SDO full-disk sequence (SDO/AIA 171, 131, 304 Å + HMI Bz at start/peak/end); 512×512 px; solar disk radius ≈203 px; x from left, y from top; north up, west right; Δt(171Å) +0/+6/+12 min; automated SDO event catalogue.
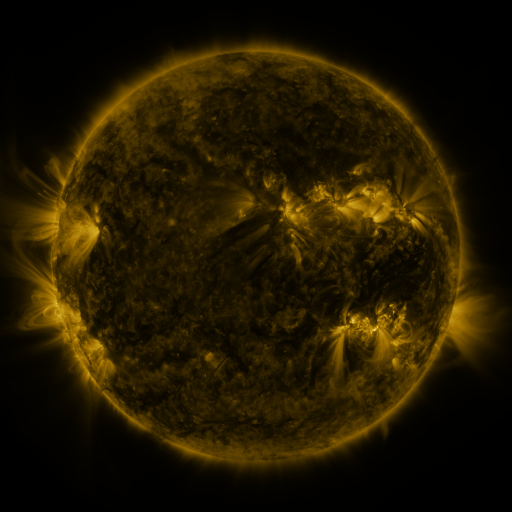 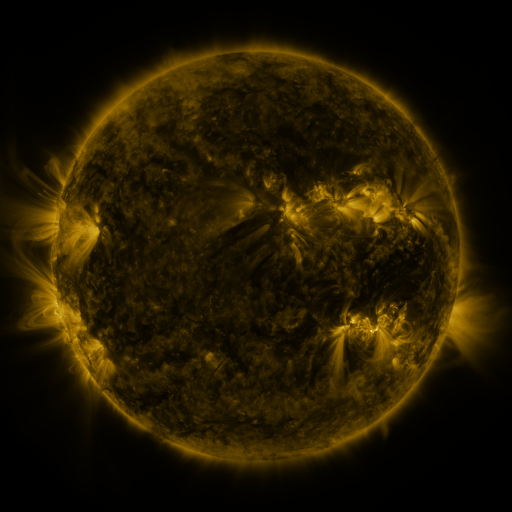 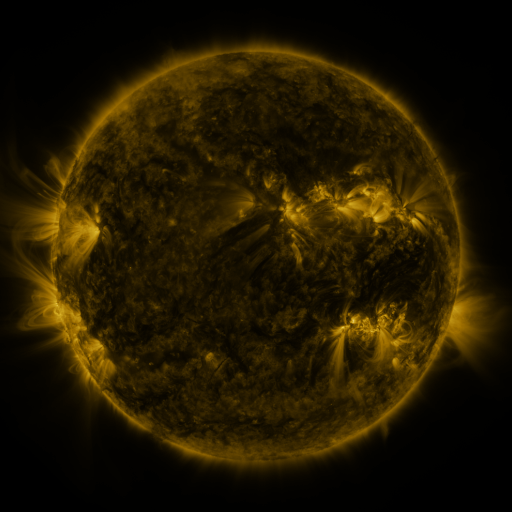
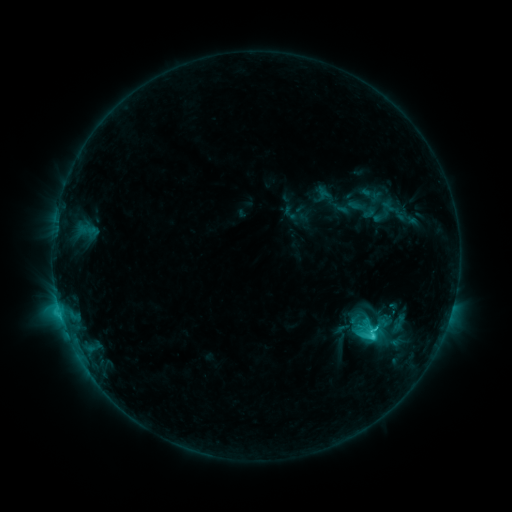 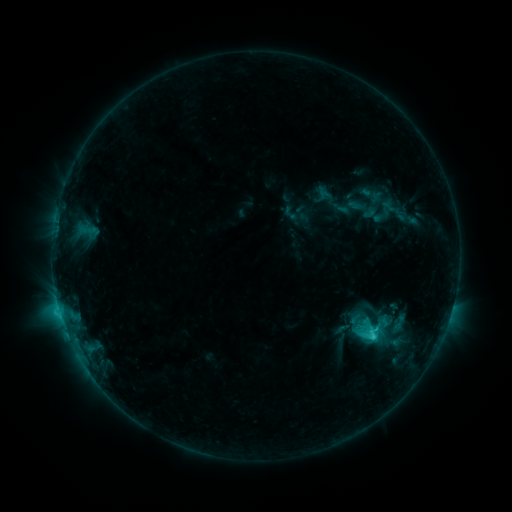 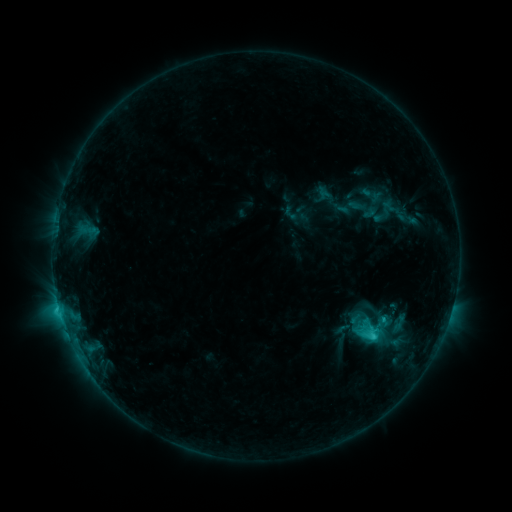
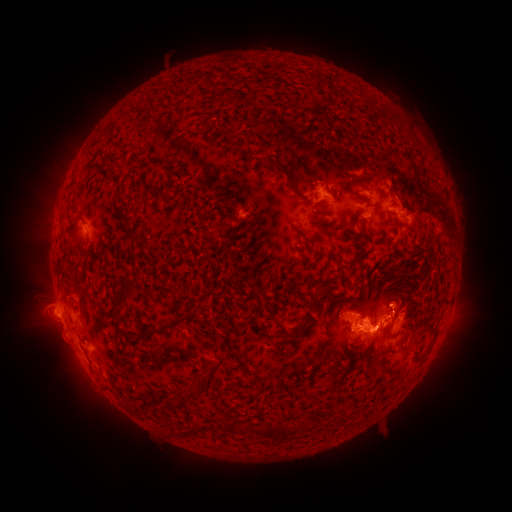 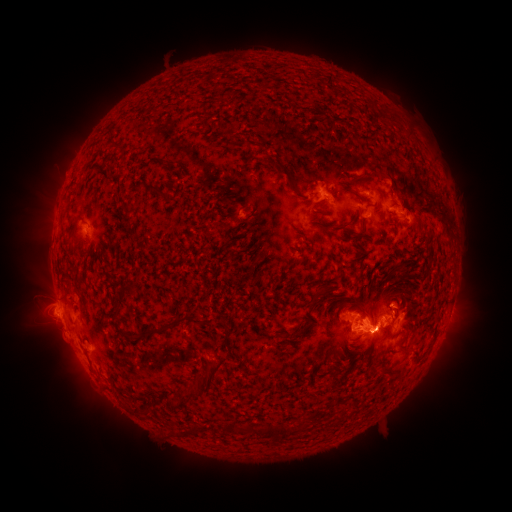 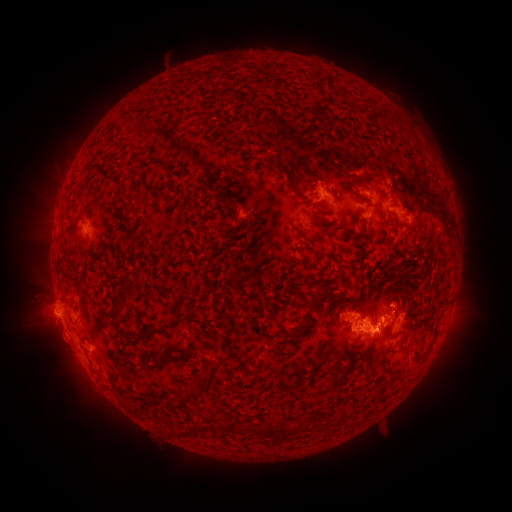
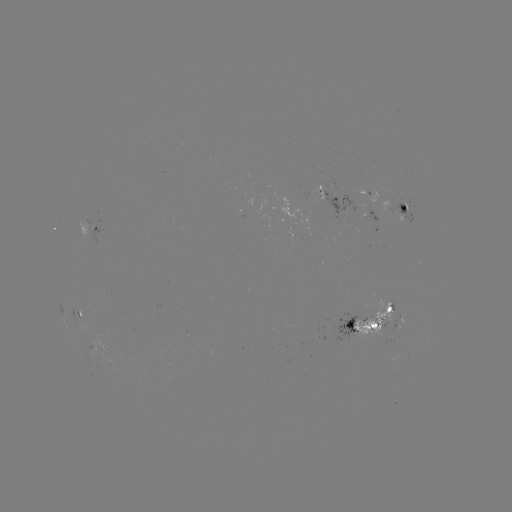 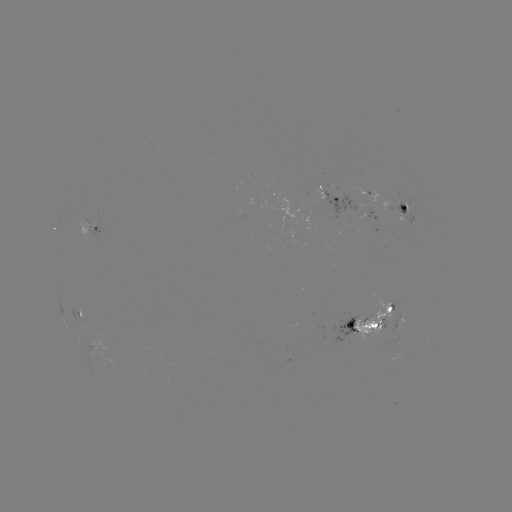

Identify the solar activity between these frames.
eruption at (382, 341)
